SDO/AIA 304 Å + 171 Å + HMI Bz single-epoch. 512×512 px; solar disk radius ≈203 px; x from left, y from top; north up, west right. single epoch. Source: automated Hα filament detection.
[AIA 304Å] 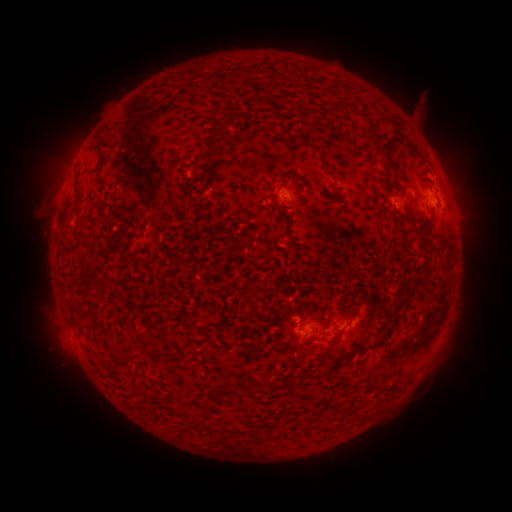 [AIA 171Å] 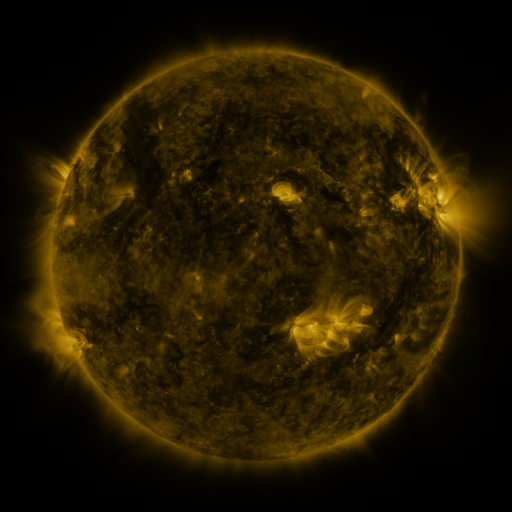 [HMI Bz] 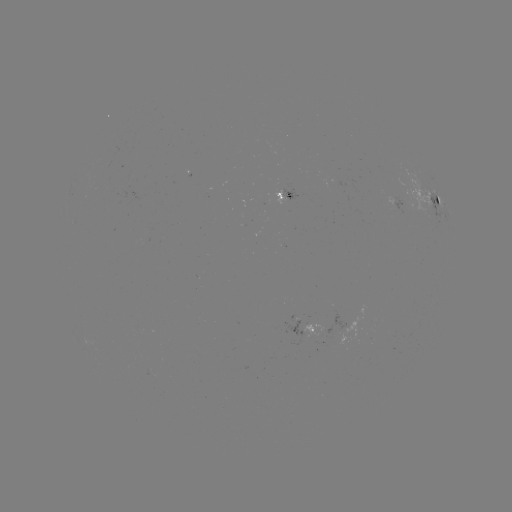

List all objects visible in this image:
filament: (296, 73)
filament: (215, 133)
filament: (315, 149)
filament: (209, 158)
filament: (102, 183)
filament: (76, 196)
filament: (437, 202)
filament: (428, 230)
filament: (403, 250)
filament: (394, 315)
filament: (132, 386)
